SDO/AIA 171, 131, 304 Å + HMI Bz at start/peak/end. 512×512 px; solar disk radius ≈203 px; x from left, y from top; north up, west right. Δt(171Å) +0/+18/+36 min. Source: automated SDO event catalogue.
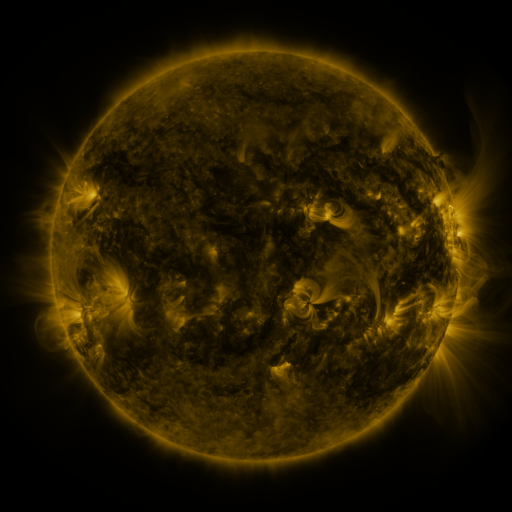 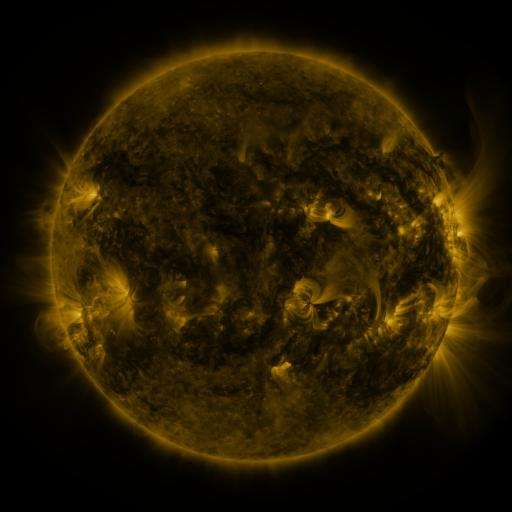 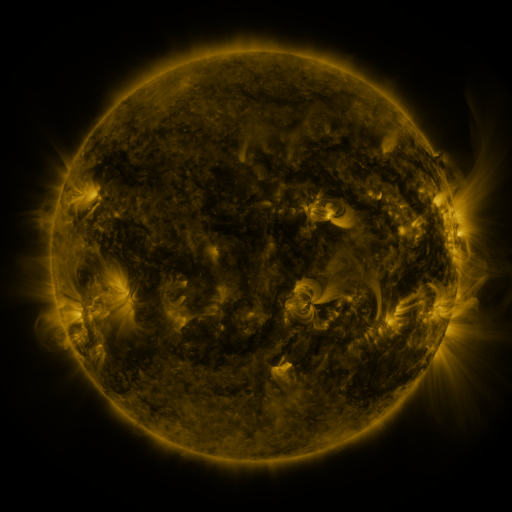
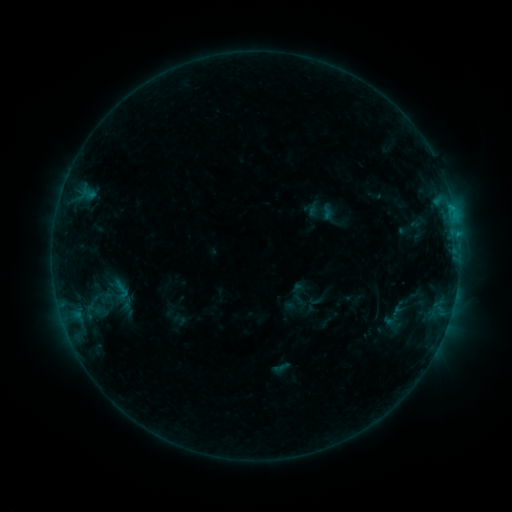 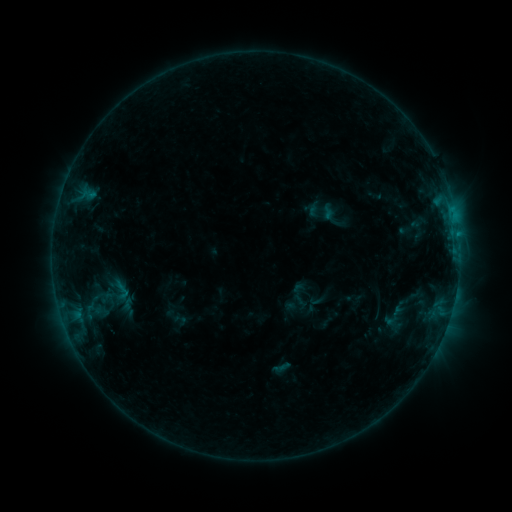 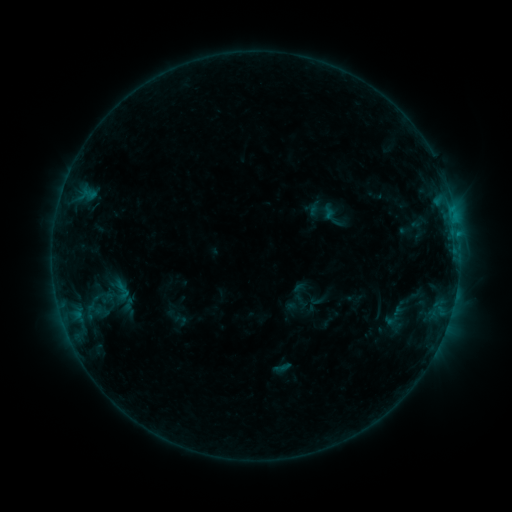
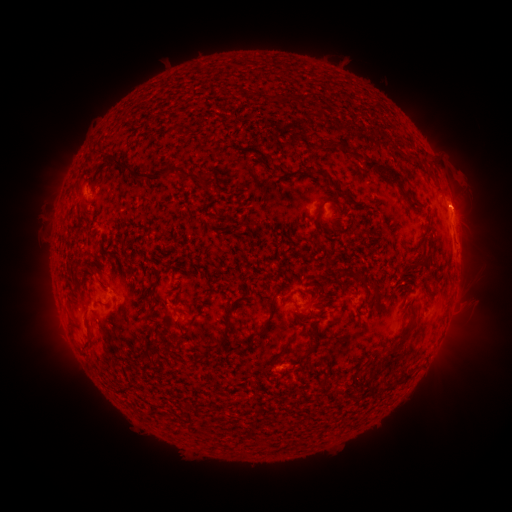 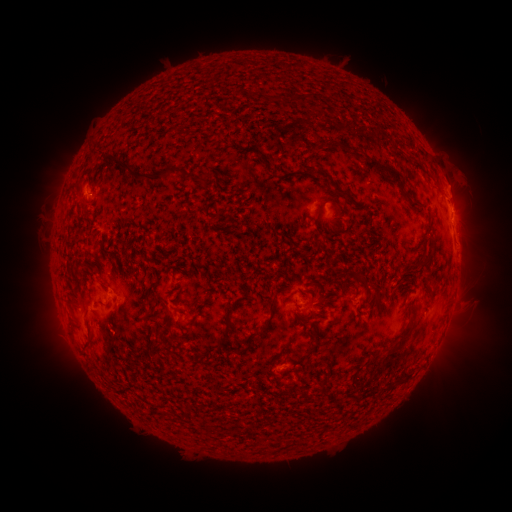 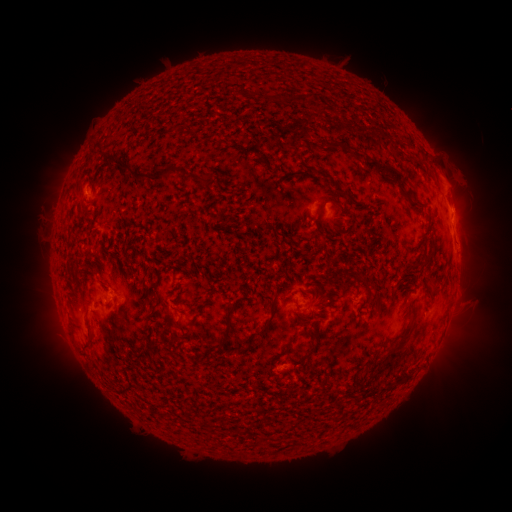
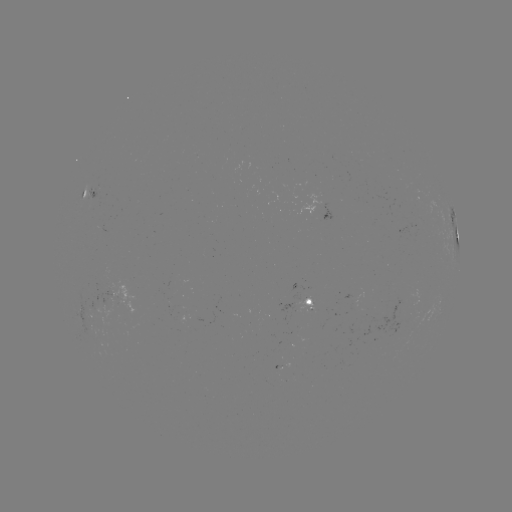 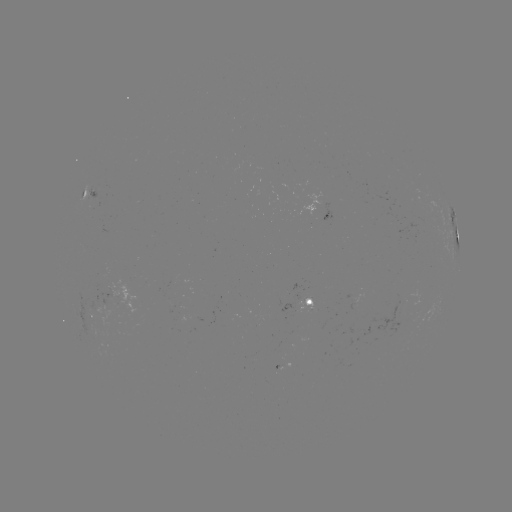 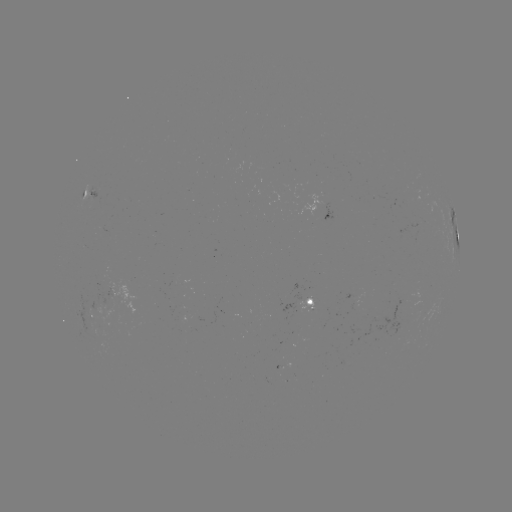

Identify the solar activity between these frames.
eruption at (454, 183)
